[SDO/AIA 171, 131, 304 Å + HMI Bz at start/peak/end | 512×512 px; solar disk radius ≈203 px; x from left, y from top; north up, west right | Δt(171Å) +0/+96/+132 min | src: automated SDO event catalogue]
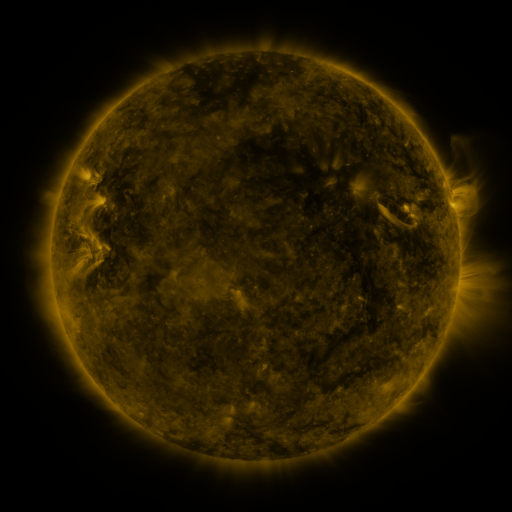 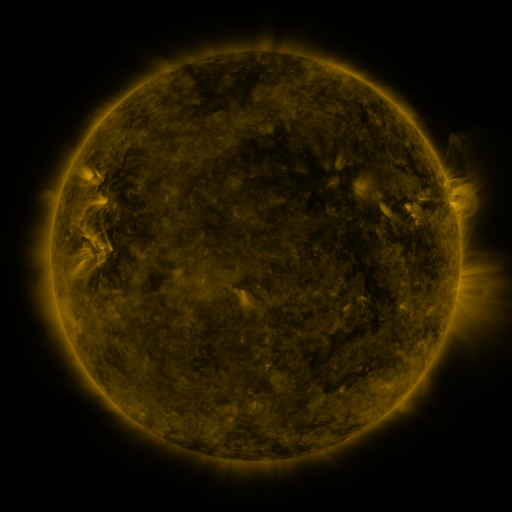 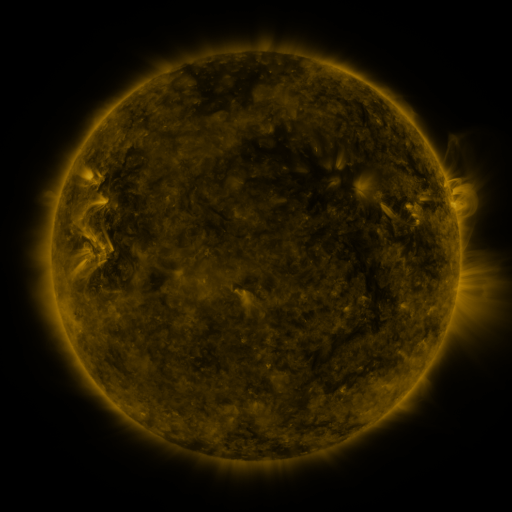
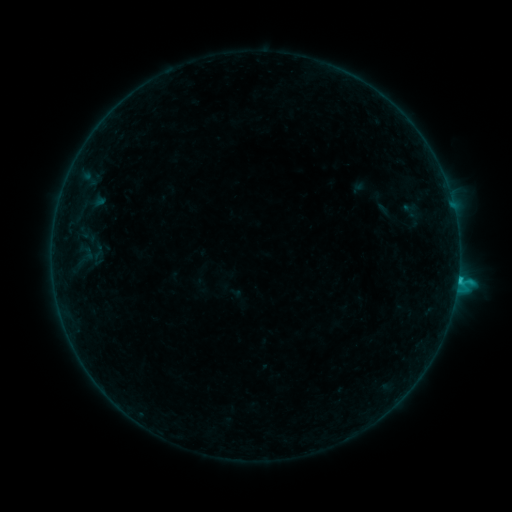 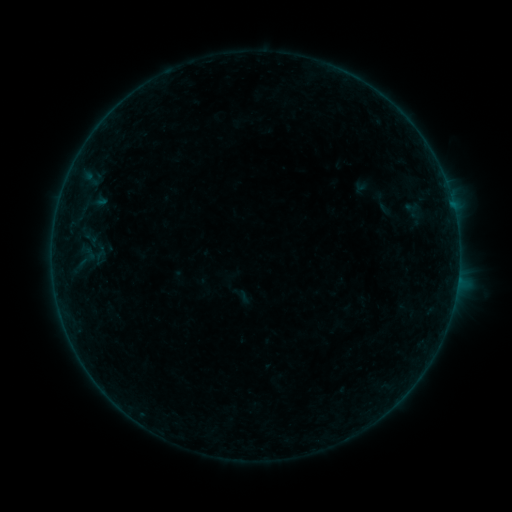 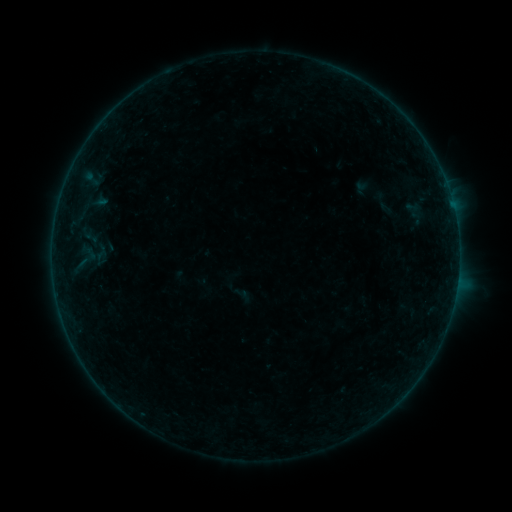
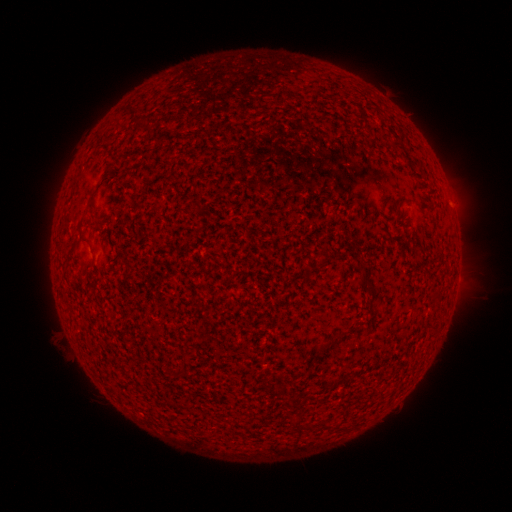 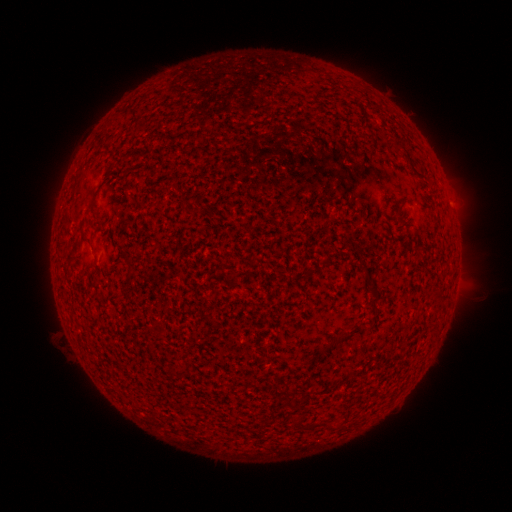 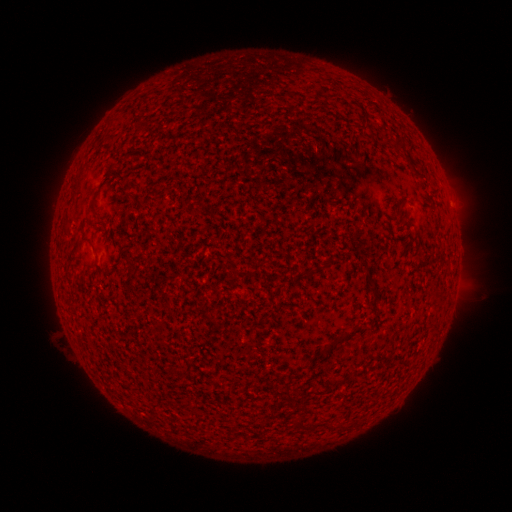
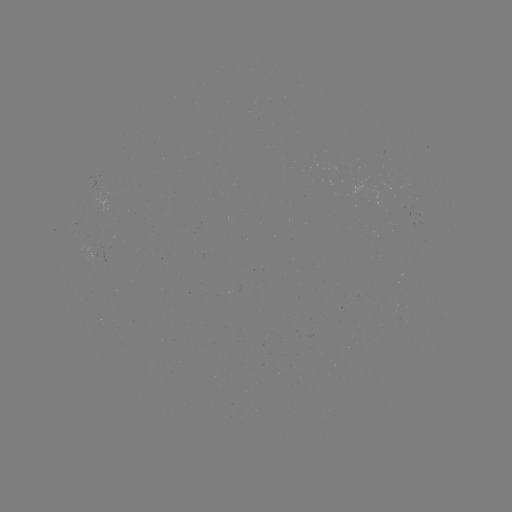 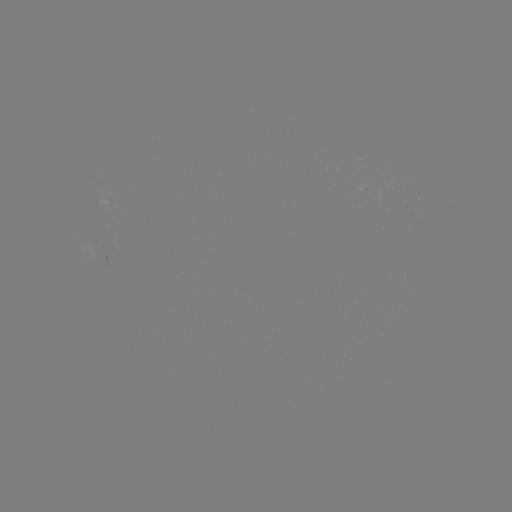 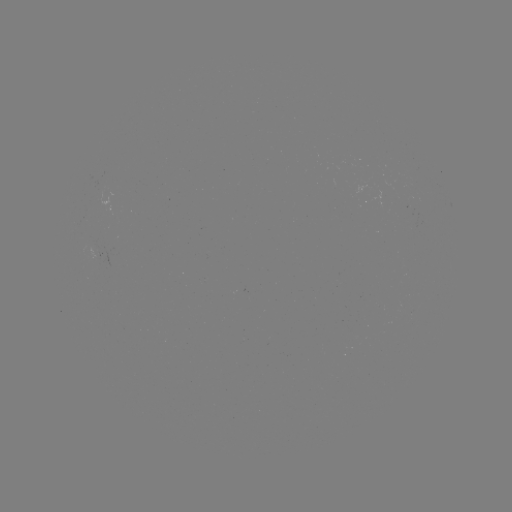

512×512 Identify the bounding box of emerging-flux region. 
[94, 179, 106, 190].